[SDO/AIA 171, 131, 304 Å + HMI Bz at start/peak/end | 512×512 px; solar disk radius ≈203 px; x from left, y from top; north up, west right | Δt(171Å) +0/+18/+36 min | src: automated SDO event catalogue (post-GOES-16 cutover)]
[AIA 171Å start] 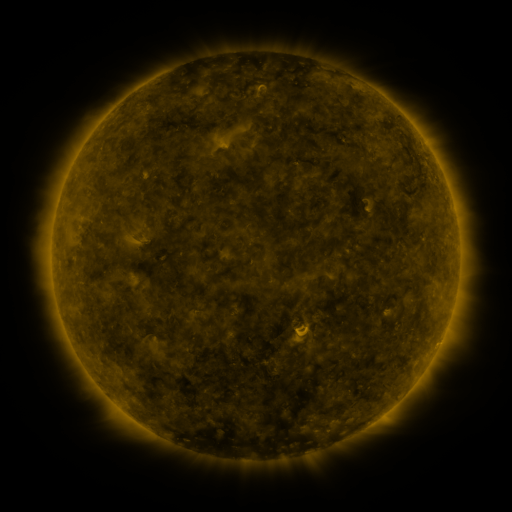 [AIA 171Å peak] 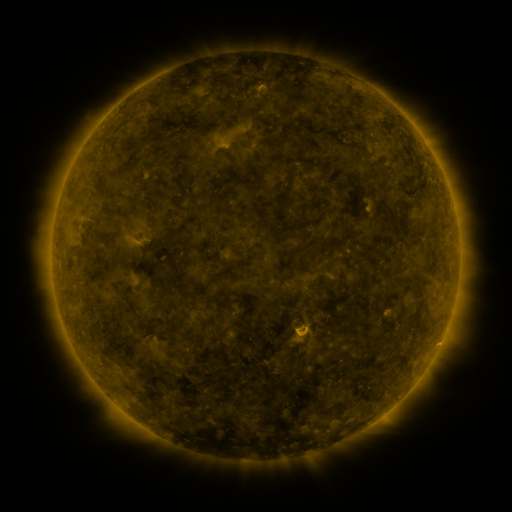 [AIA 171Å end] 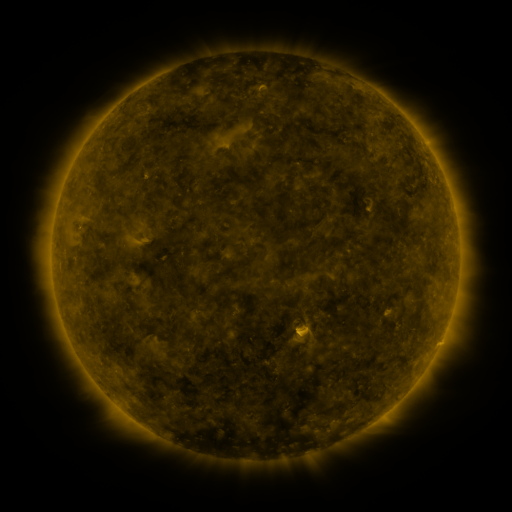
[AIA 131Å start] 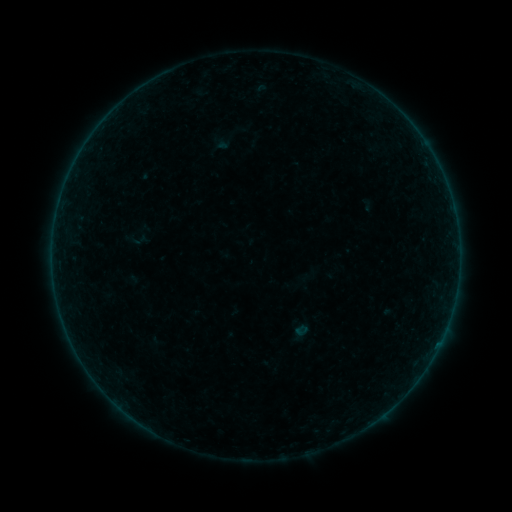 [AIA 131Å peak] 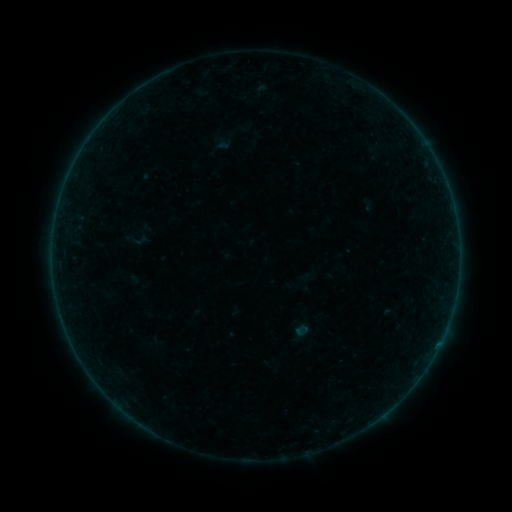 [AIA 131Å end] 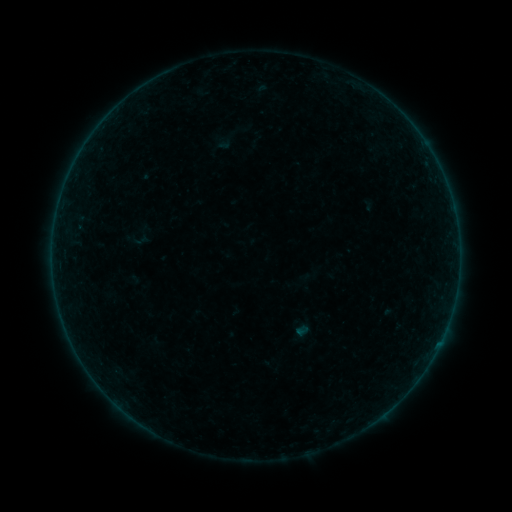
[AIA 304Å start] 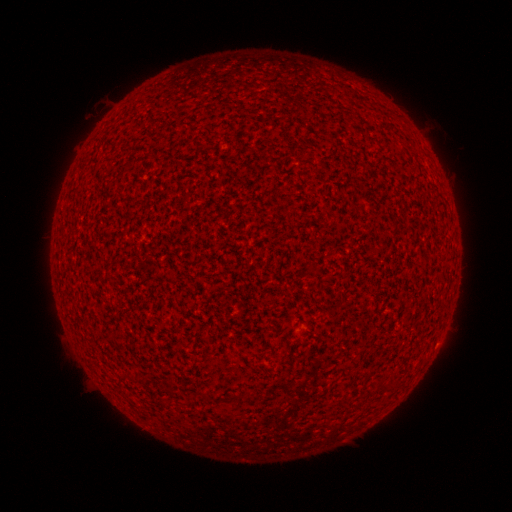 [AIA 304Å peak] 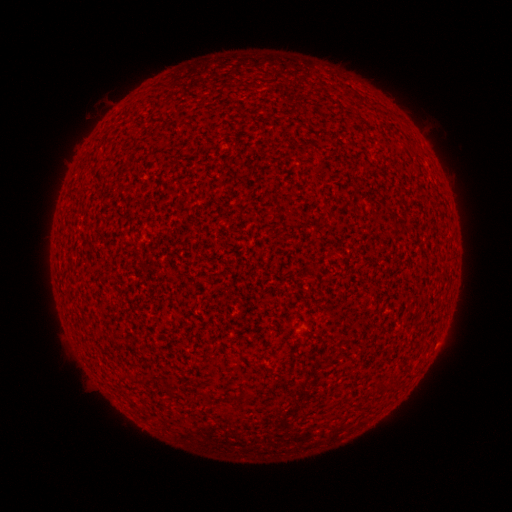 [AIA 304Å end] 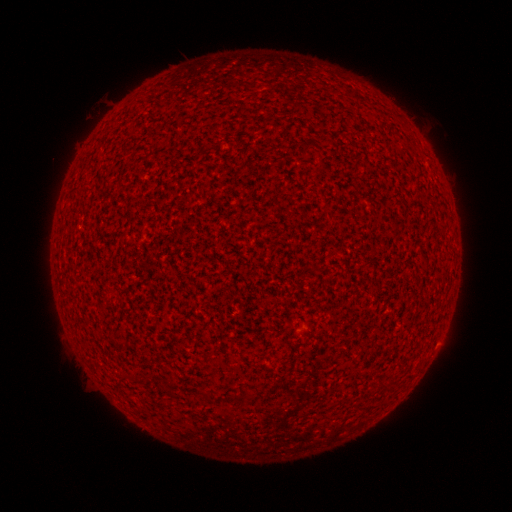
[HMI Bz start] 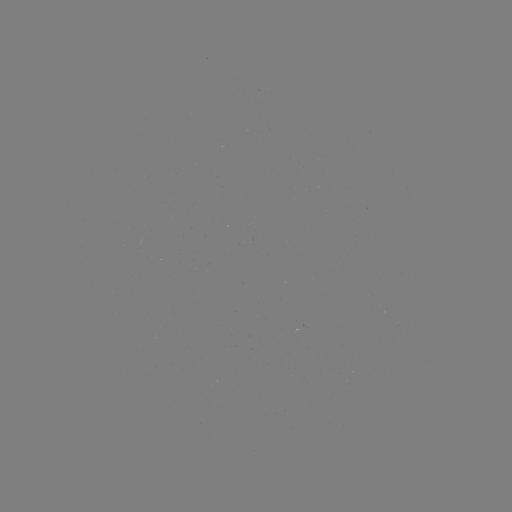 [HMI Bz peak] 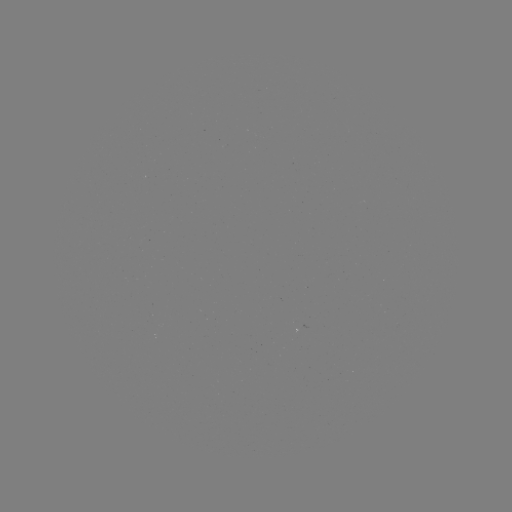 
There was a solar flare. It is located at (440, 341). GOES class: A1.5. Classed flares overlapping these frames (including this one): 1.